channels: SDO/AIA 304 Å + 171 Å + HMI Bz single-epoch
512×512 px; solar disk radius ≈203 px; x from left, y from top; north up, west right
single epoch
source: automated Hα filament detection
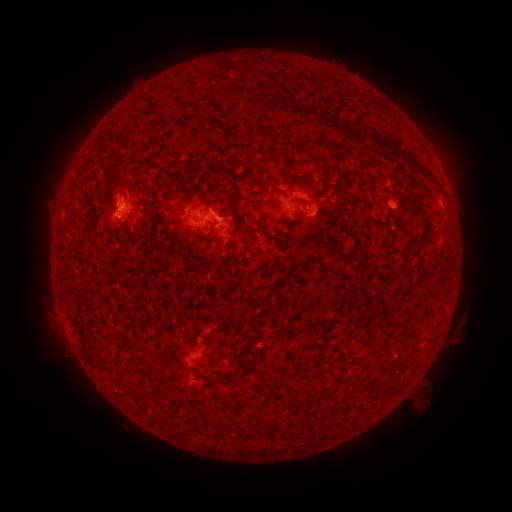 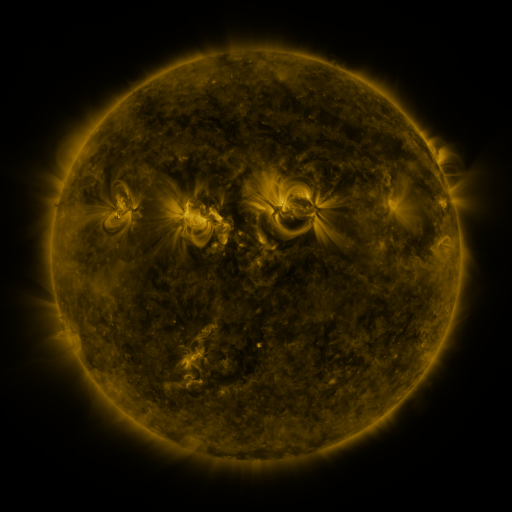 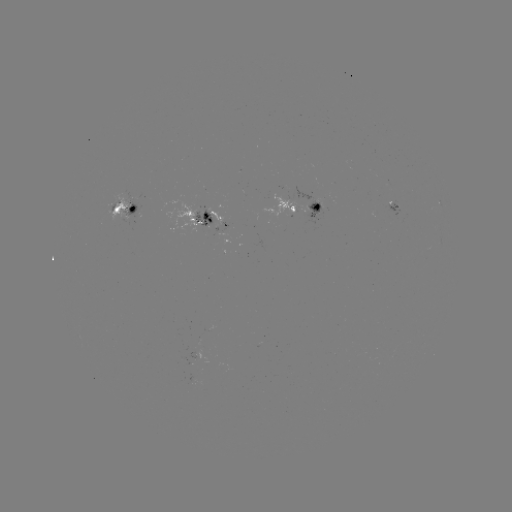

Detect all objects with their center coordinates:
filament: [246, 130, 262, 142]
filament: [289, 174, 316, 189]
filament: [261, 185, 270, 196]
filament: [194, 195, 212, 209]
filament: [296, 201, 309, 209]
filament: [257, 222, 266, 233]
filament: [143, 223, 153, 245]
filament: [117, 340, 127, 350]
filament: [210, 366, 247, 385]
filament: [310, 388, 323, 399]
filament: [289, 396, 298, 408]
